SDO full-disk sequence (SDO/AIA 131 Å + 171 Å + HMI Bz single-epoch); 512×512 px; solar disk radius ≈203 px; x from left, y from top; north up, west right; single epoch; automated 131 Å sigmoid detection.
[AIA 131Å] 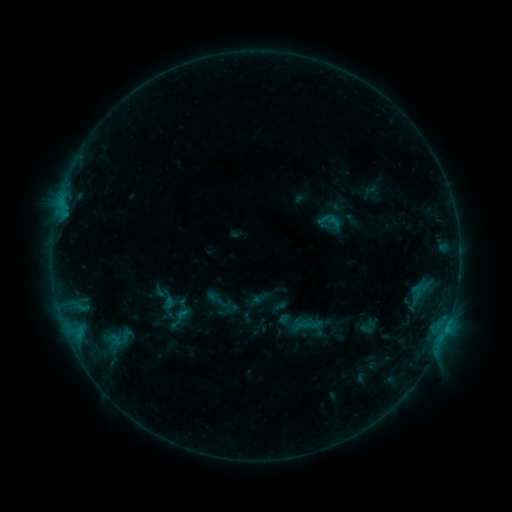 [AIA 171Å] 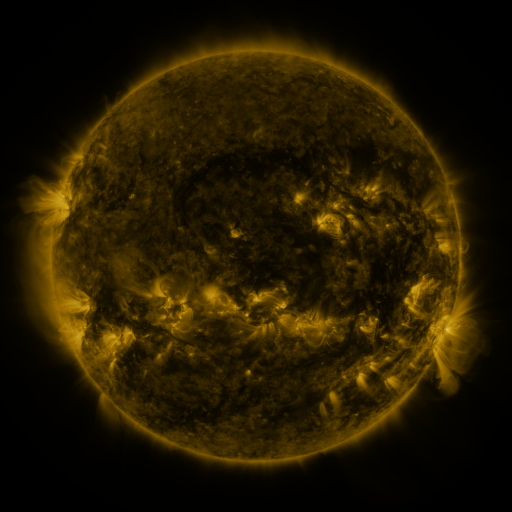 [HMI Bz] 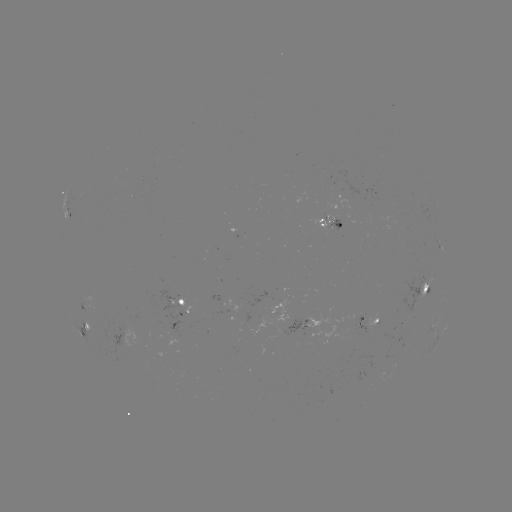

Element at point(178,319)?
sigmoid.